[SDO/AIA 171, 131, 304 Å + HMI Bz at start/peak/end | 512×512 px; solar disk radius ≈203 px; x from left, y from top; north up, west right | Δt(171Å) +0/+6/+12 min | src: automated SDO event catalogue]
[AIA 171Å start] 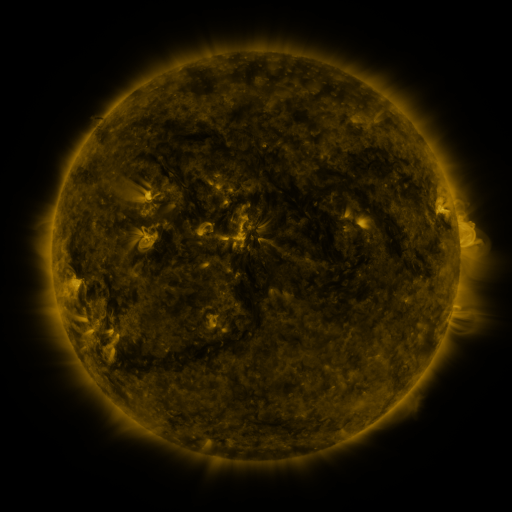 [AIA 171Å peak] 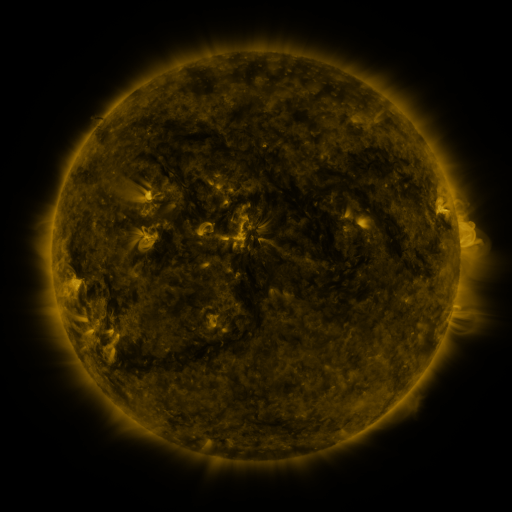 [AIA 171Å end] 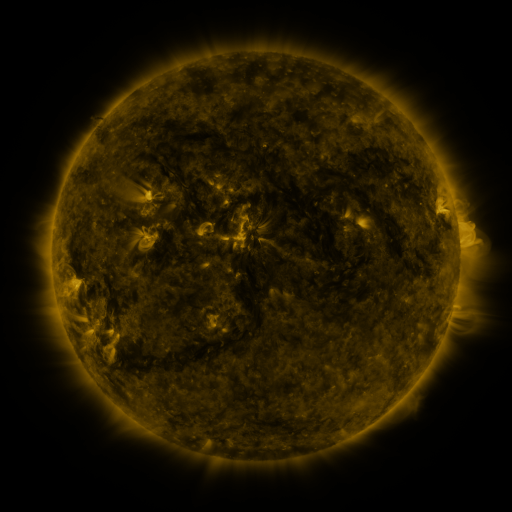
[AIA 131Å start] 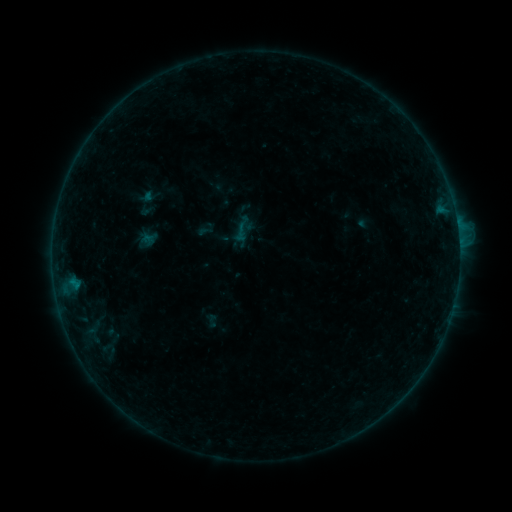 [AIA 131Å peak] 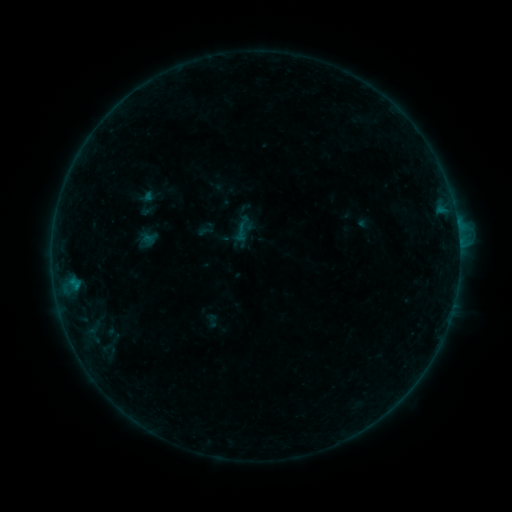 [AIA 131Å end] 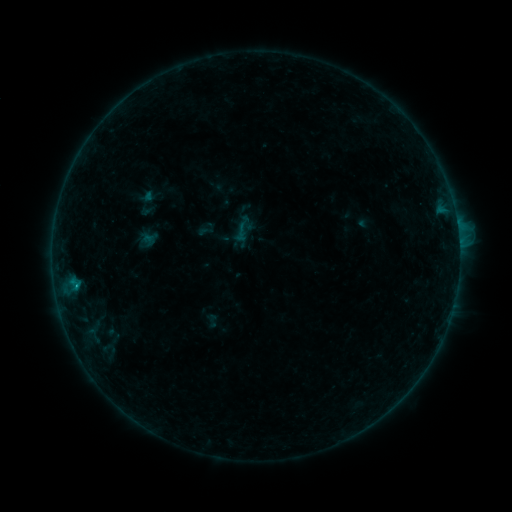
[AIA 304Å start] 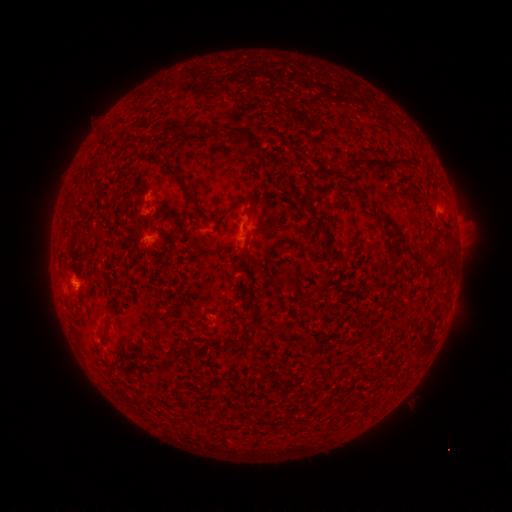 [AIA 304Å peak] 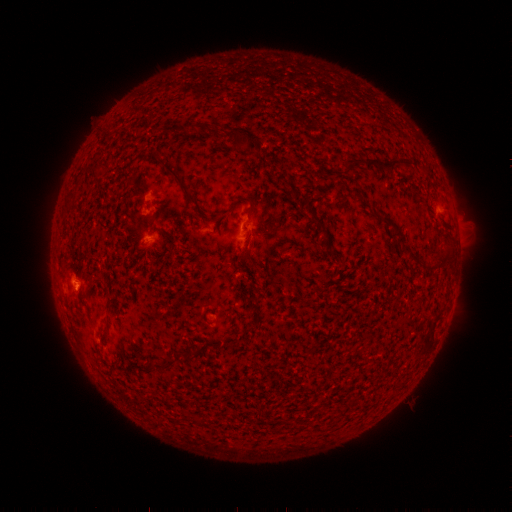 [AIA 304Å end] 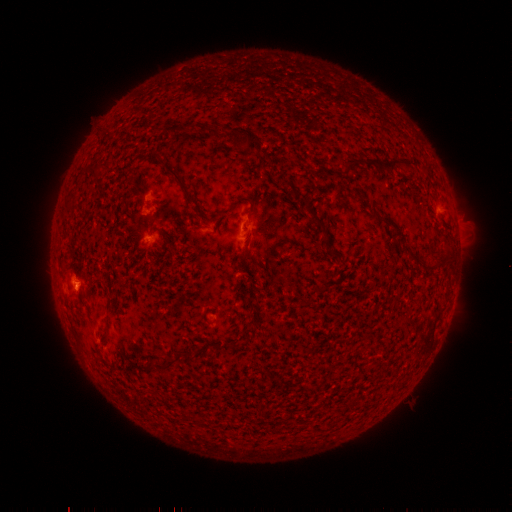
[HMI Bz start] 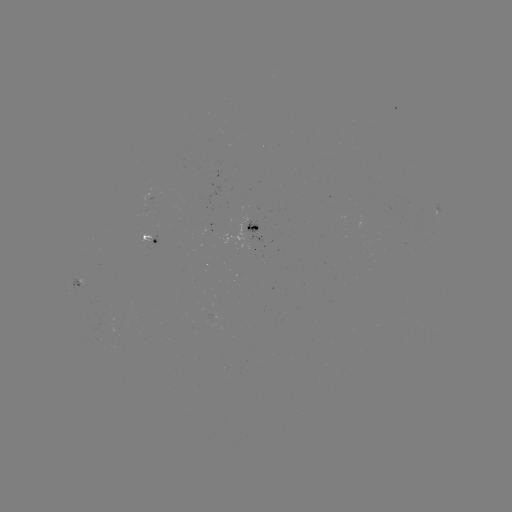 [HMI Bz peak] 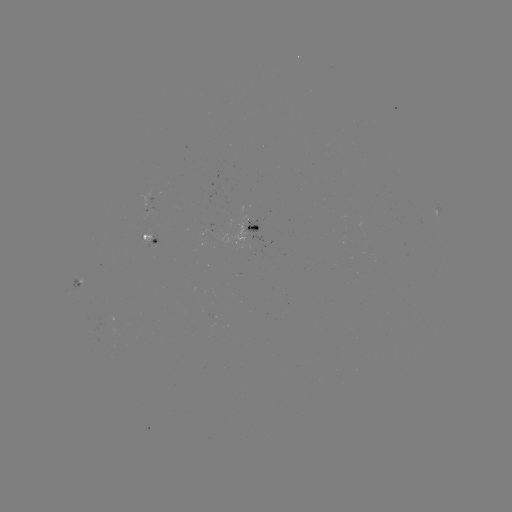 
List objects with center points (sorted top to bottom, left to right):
B5.5 flare: (76, 286)
